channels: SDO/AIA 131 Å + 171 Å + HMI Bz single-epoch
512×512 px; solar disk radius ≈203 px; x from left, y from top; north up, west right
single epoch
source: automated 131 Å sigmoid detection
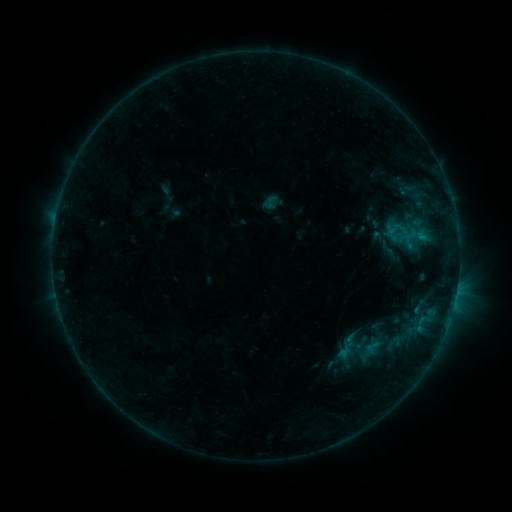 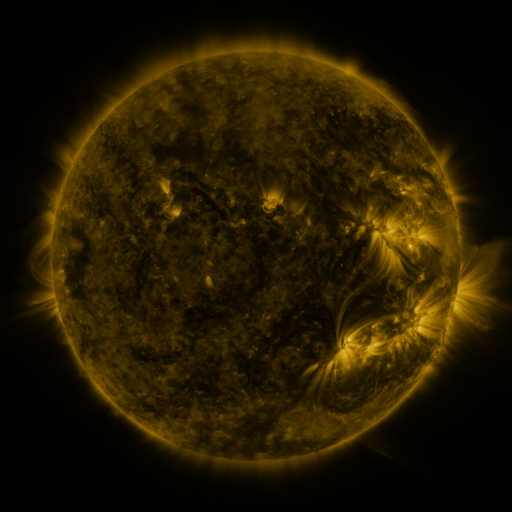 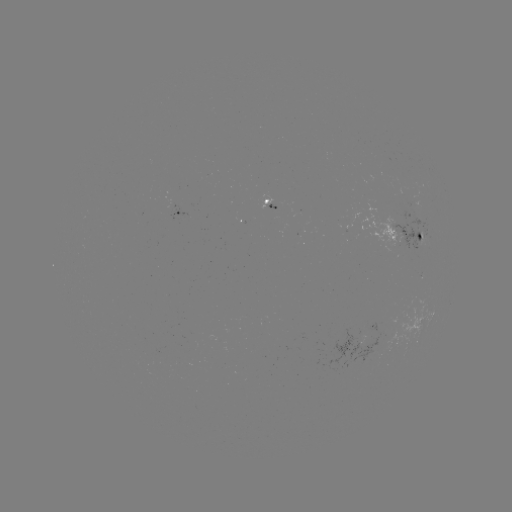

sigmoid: <bbox>363, 338, 382, 357</bbox>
